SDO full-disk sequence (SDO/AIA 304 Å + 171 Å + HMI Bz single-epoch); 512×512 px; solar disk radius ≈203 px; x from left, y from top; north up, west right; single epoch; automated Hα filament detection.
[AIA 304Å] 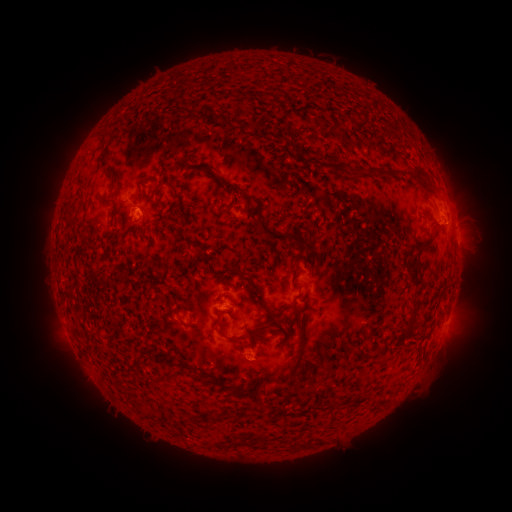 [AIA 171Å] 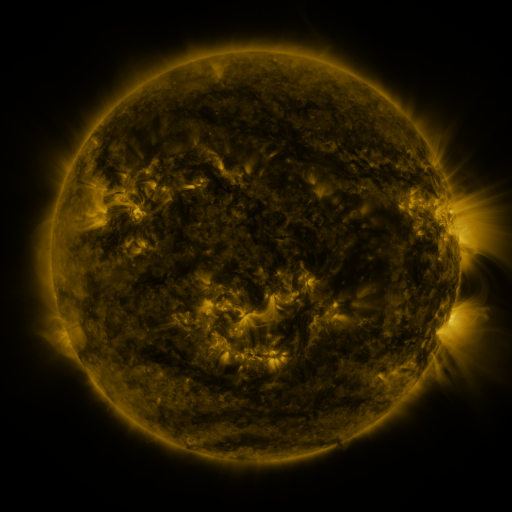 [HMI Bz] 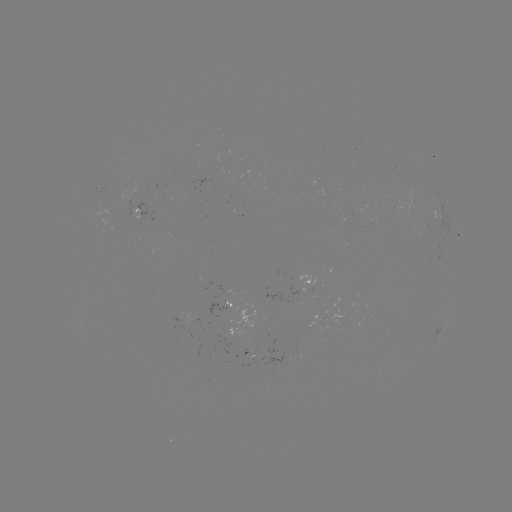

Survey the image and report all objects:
filament: <bbox>262, 91, 273, 100</bbox>
filament: <bbox>349, 167, 368, 179</bbox>
filament: <bbox>376, 170, 386, 179</bbox>
filament: <bbox>413, 172, 424, 185</bbox>
filament: <bbox>421, 180, 432, 192</bbox>
filament: <bbox>223, 182, 241, 192</bbox>
filament: <bbox>98, 195, 112, 203</bbox>
filament: <bbox>111, 206, 120, 219</bbox>
filament: <bbox>258, 220, 306, 248</bbox>
filament: <bbox>414, 235, 436, 250</bbox>
filament: <bbox>290, 261, 298, 272</bbox>
filament: <bbox>229, 267, 248, 276</bbox>
filament: <bbox>255, 292, 272, 317</bbox>
filament: <bbox>403, 309, 418, 336</bbox>
filament: <bbox>215, 315, 226, 332</bbox>
filament: <bbox>177, 316, 193, 327</bbox>
filament: <bbox>291, 334, 305, 368</bbox>
filament: <bbox>177, 355, 198, 374</bbox>
filament: <bbox>279, 364, 287, 372</bbox>
filament: <bbox>226, 375, 271, 398</bbox>
